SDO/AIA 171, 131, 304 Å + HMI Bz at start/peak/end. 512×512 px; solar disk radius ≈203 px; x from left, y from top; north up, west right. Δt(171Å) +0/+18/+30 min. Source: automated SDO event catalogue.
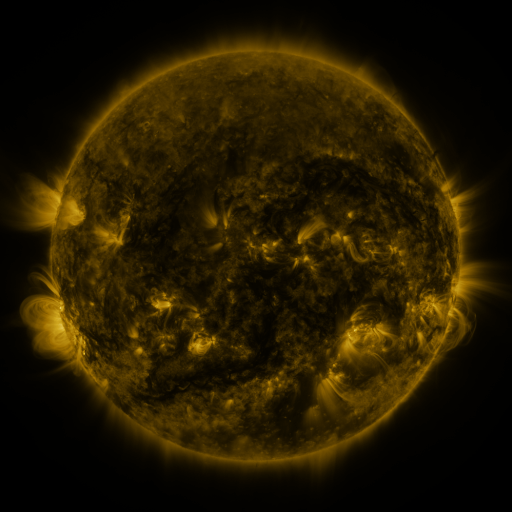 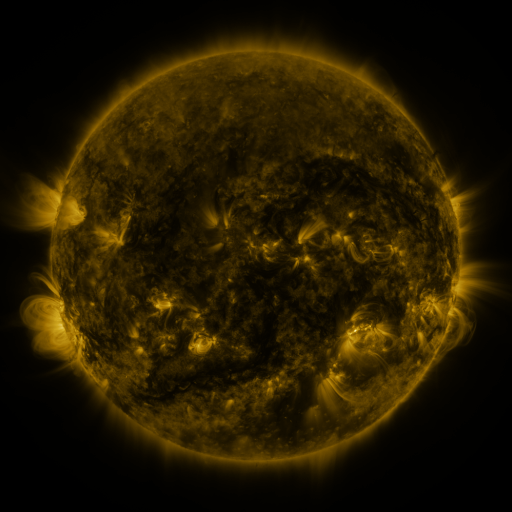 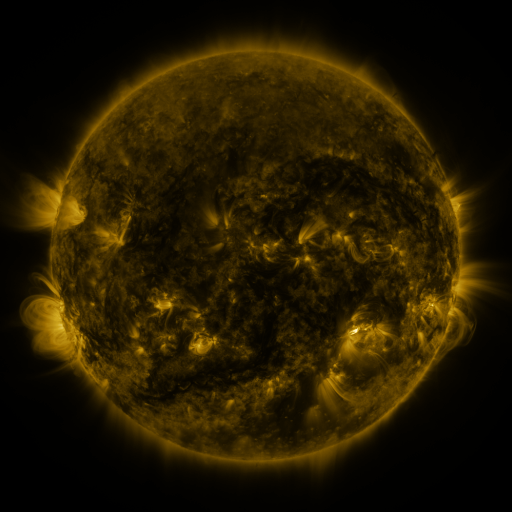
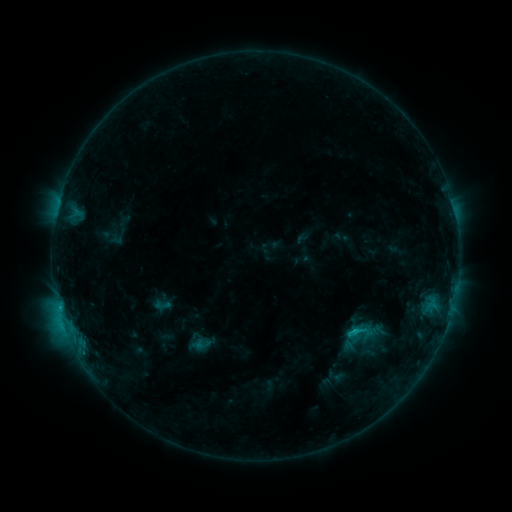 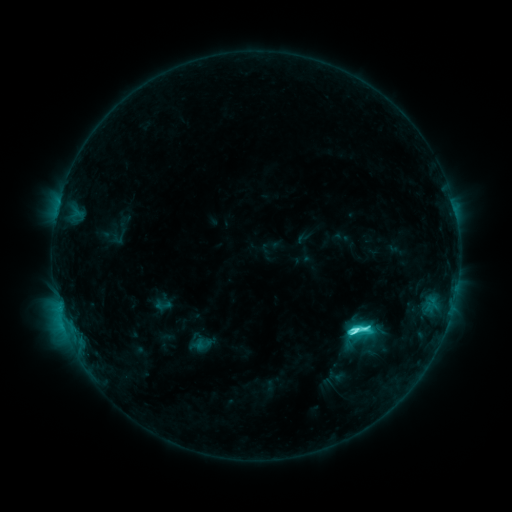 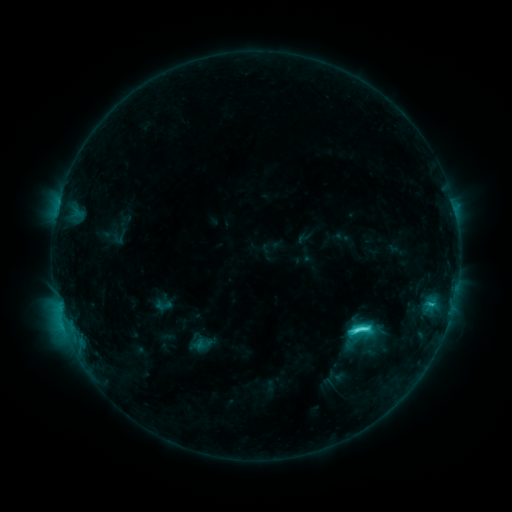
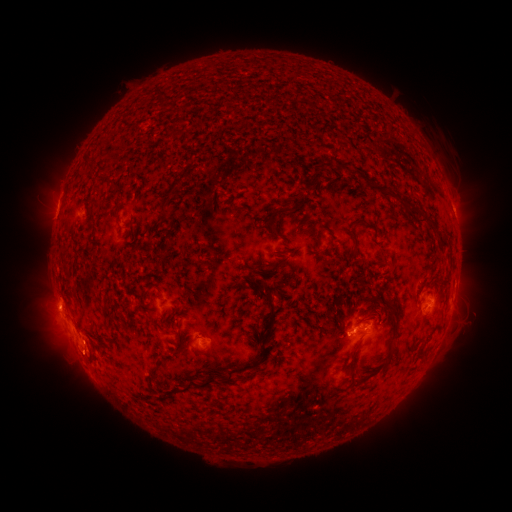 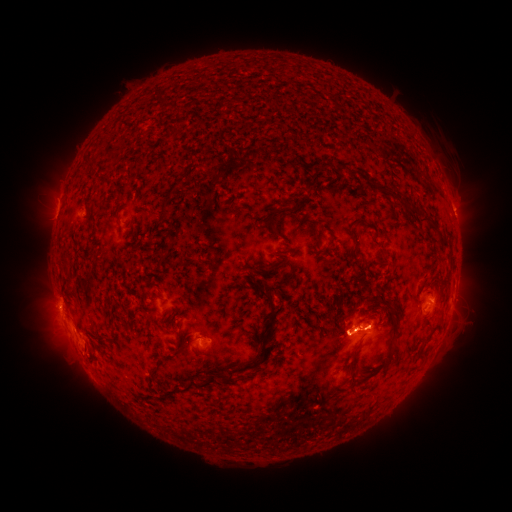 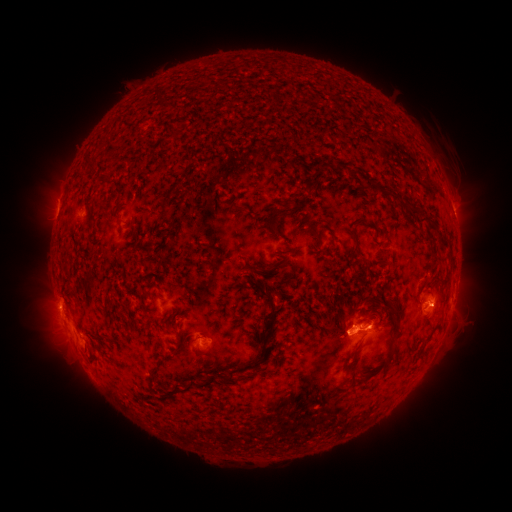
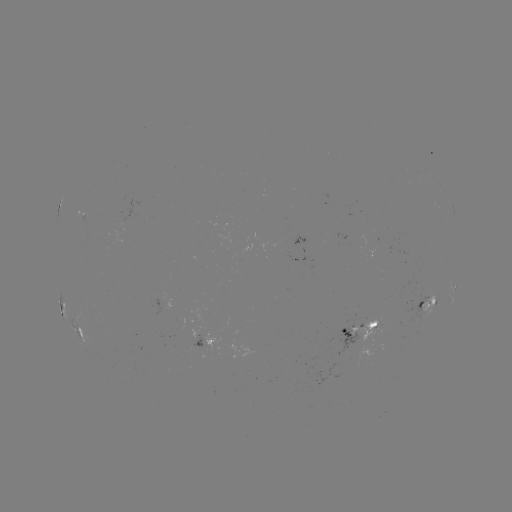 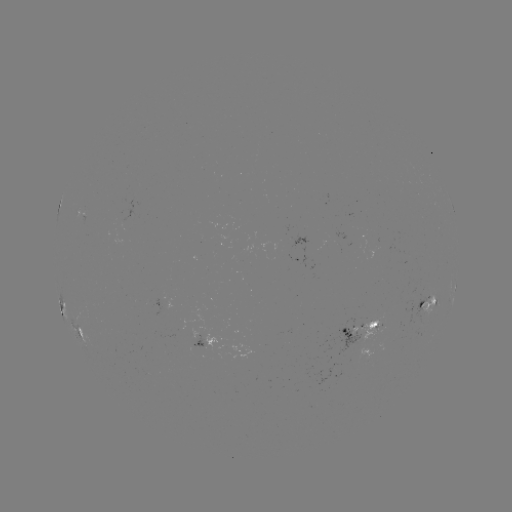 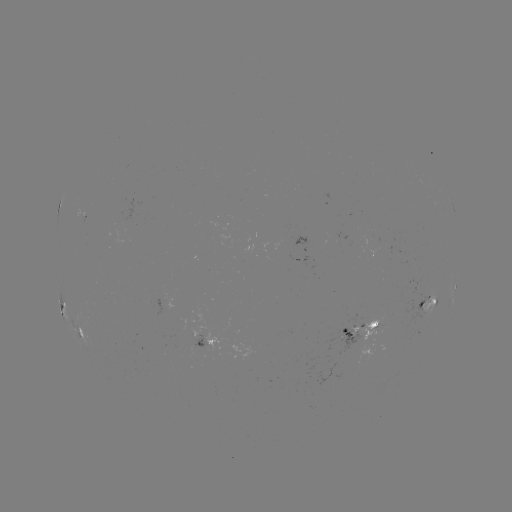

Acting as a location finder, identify C6.3 flare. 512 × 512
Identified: [354, 329].